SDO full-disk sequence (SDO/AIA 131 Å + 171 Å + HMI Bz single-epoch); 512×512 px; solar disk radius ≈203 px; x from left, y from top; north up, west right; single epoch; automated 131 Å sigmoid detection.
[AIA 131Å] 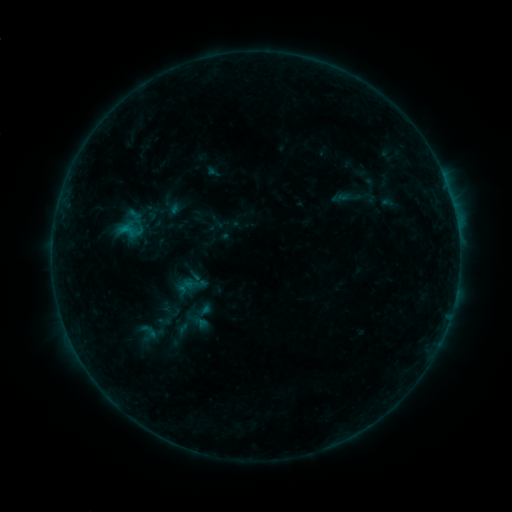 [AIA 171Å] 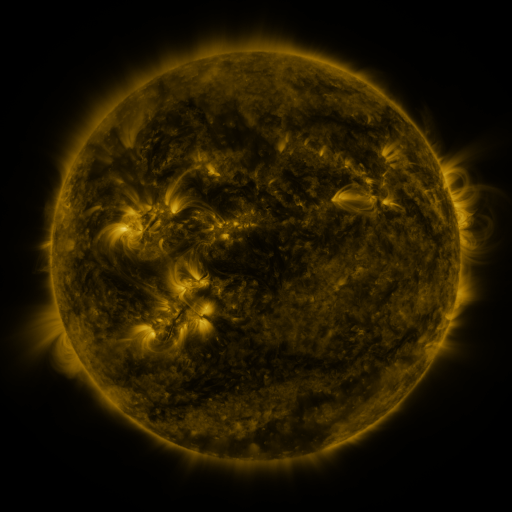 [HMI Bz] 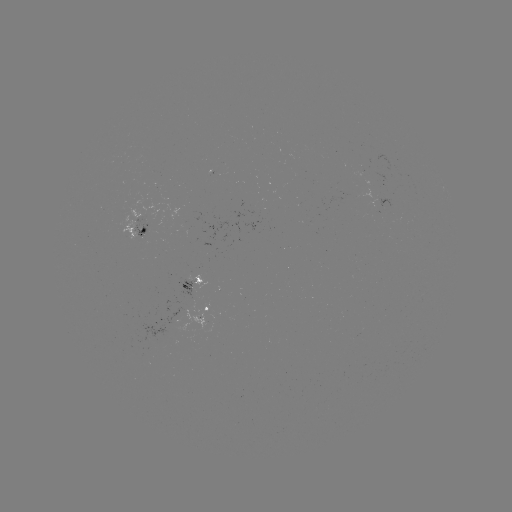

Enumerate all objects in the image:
sigmoid: (118, 220, 138, 241)
sigmoid: (134, 322, 162, 340)
